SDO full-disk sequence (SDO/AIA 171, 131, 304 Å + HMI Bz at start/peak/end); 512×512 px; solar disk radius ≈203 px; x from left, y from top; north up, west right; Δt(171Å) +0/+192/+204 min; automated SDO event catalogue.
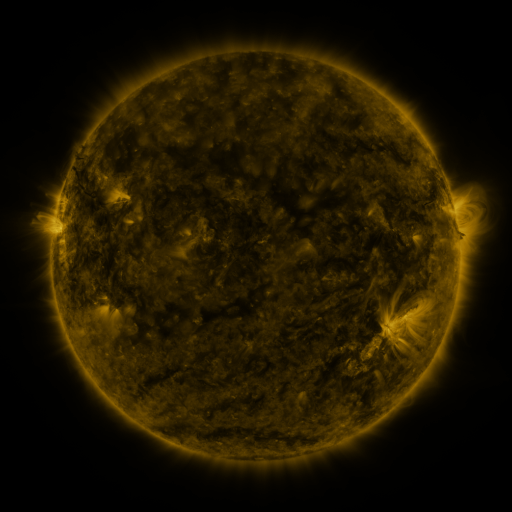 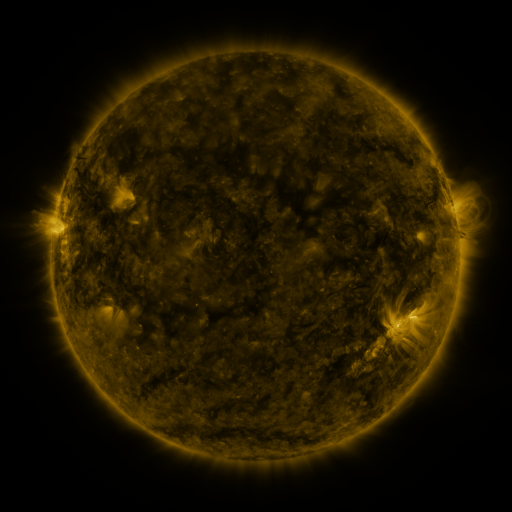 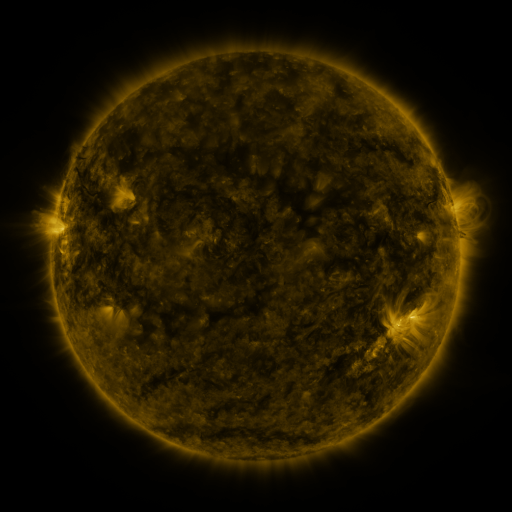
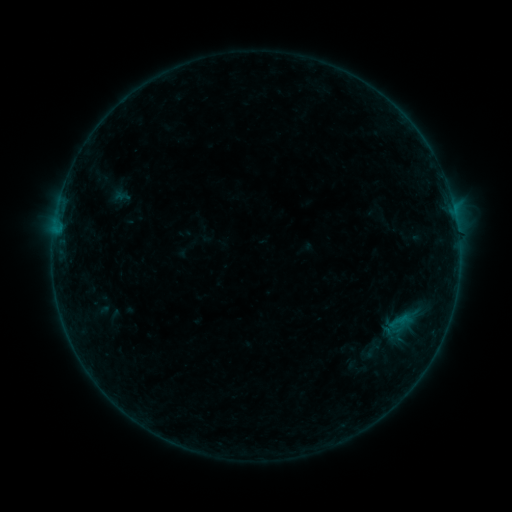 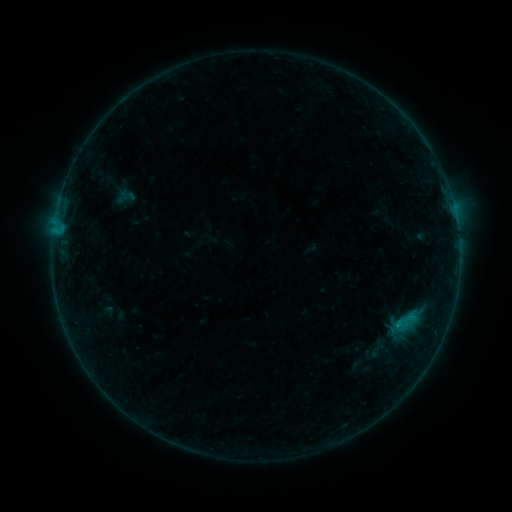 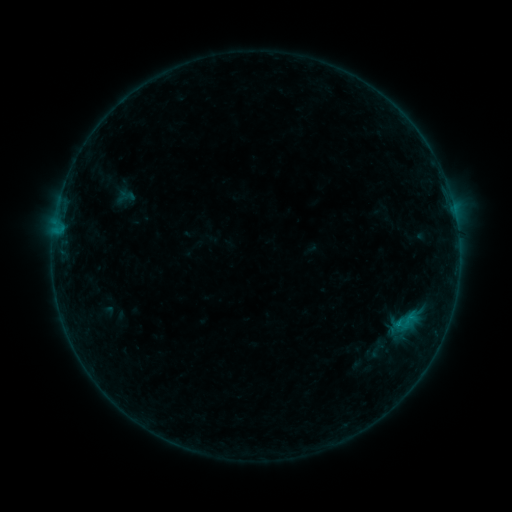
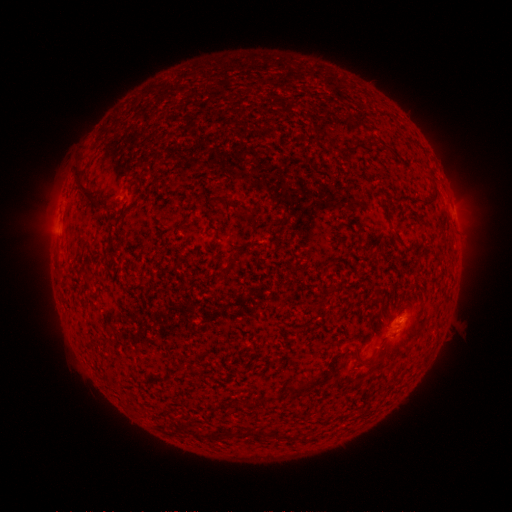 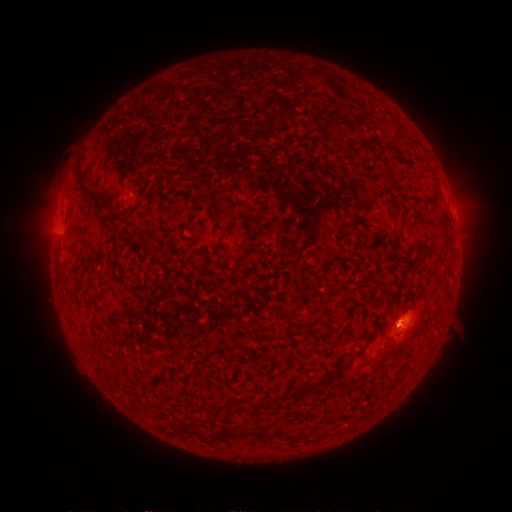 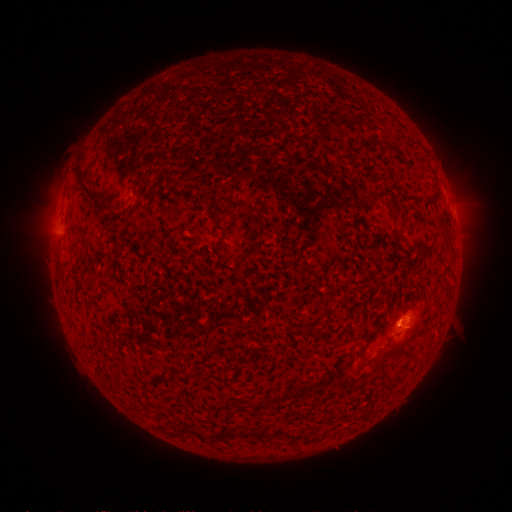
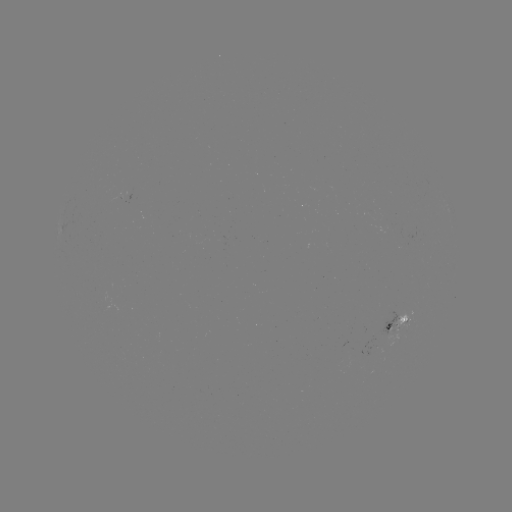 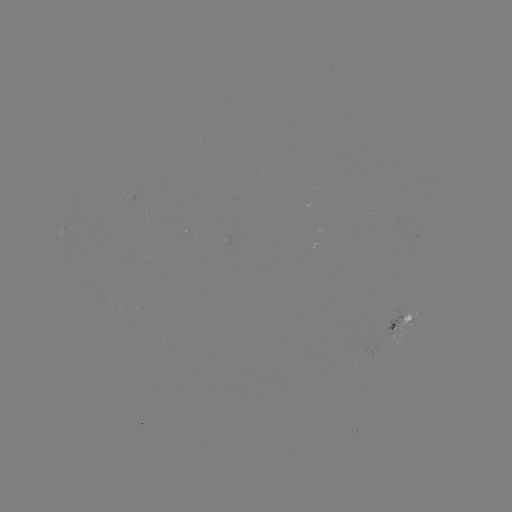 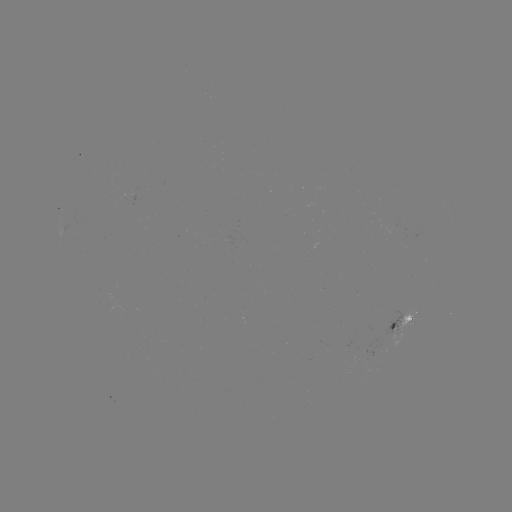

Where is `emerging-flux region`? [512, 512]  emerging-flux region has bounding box [129, 192, 136, 206].